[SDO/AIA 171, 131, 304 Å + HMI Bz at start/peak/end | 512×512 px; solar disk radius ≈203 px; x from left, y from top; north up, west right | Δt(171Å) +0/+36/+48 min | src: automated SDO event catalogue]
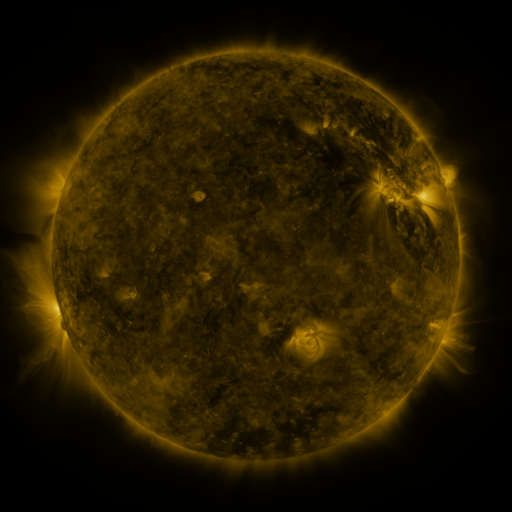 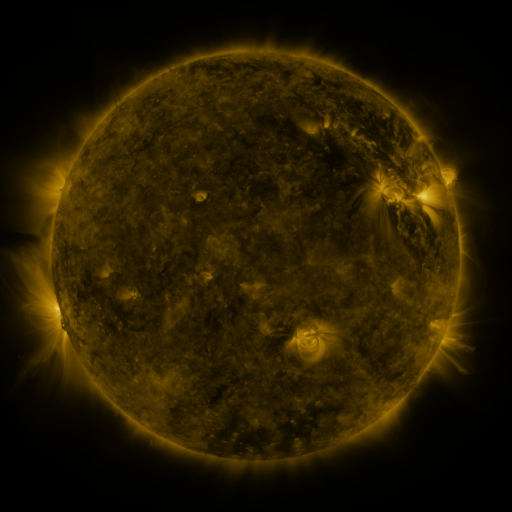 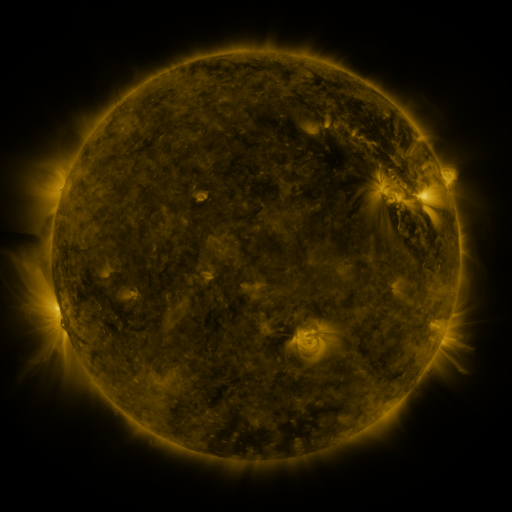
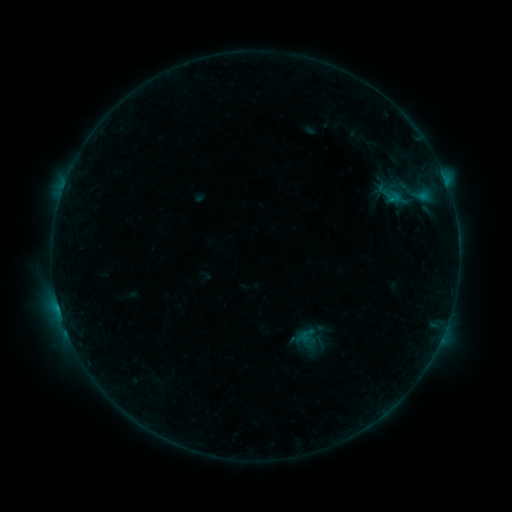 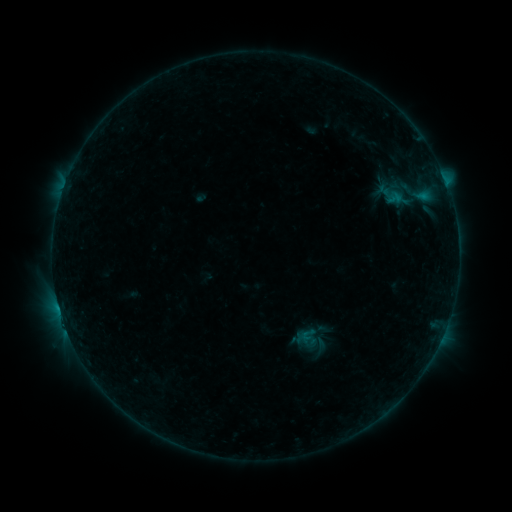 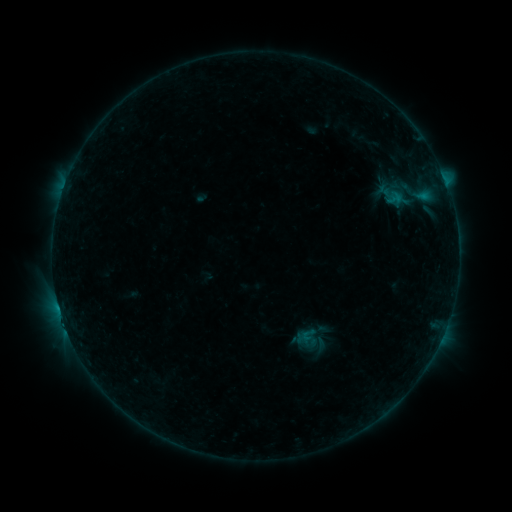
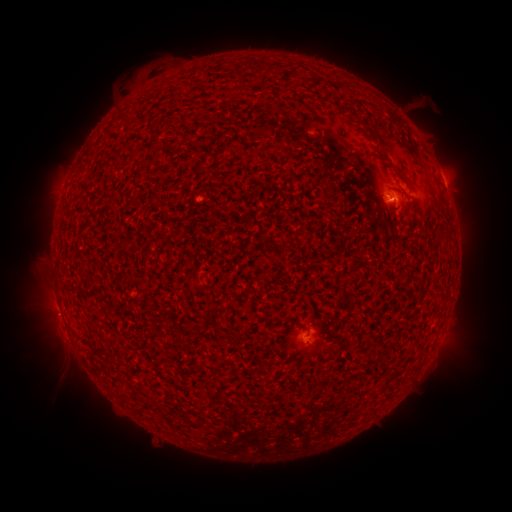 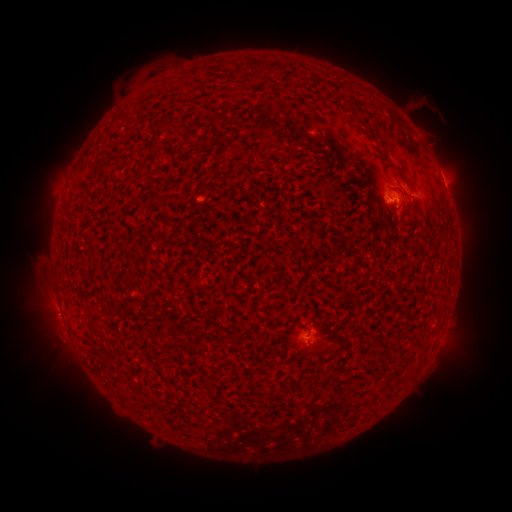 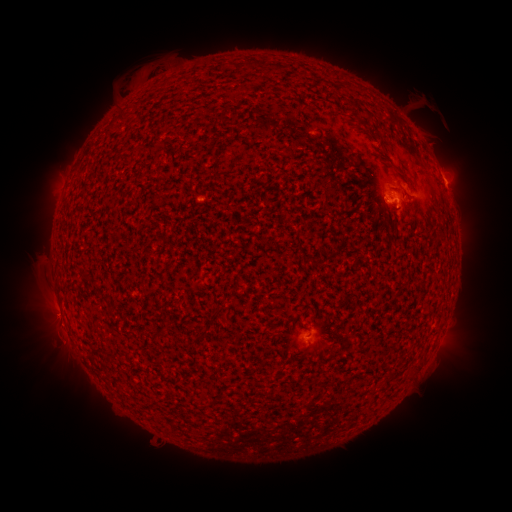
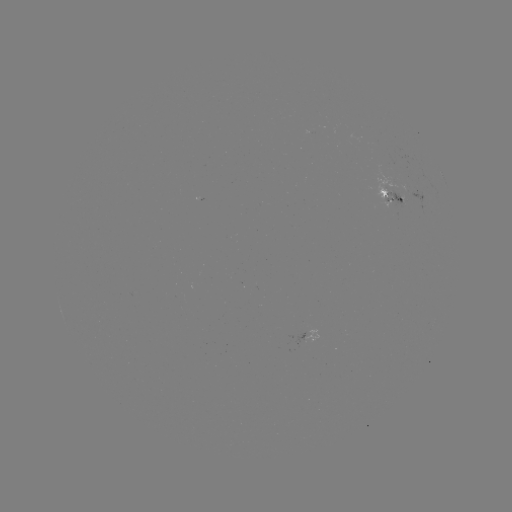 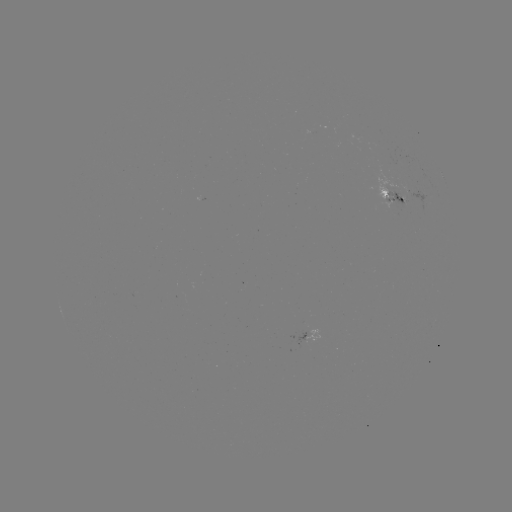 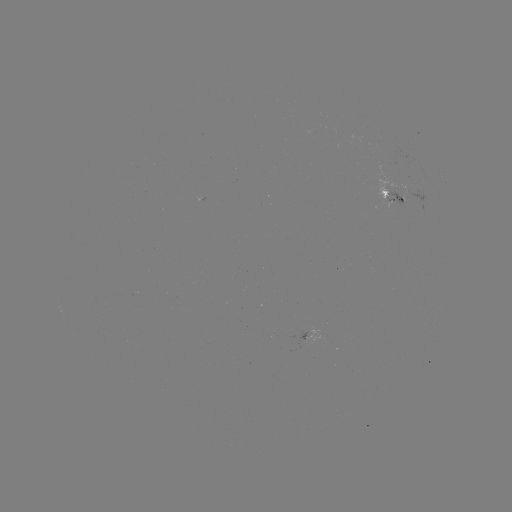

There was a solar emerging-flux region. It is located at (391, 189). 